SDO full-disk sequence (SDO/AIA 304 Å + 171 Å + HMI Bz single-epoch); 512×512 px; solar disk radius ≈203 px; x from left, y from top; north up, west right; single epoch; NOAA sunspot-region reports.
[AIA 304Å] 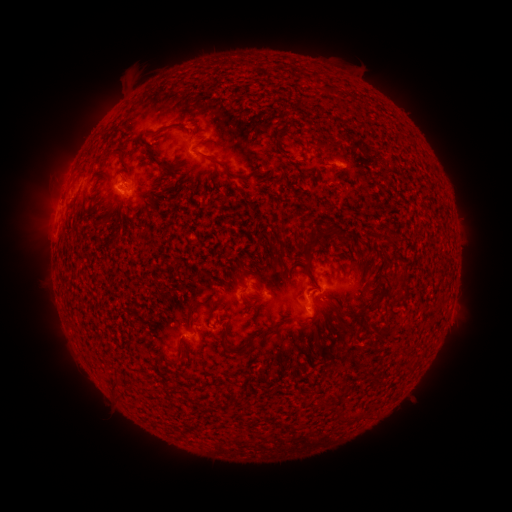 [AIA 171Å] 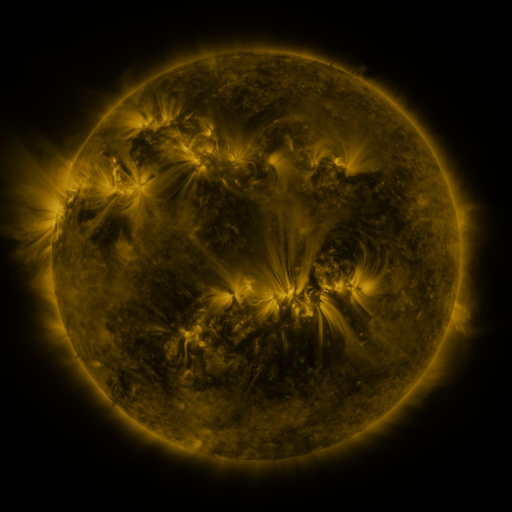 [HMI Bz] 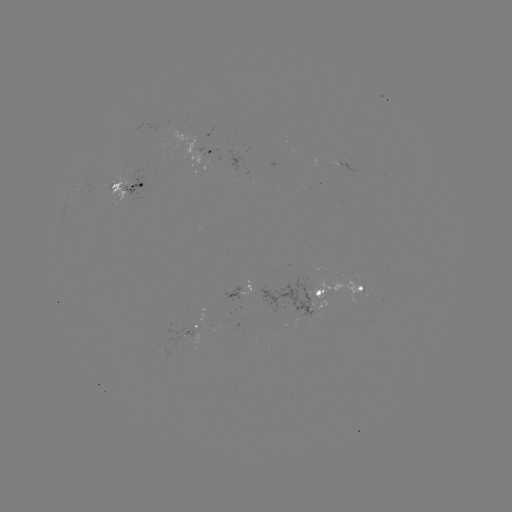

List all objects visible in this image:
spotted active region: (217, 152)
spotted active region: (352, 170)
spotted active region: (132, 185)
spotted active region: (242, 289)
spotted active region: (335, 291)
spotted active region: (198, 321)
